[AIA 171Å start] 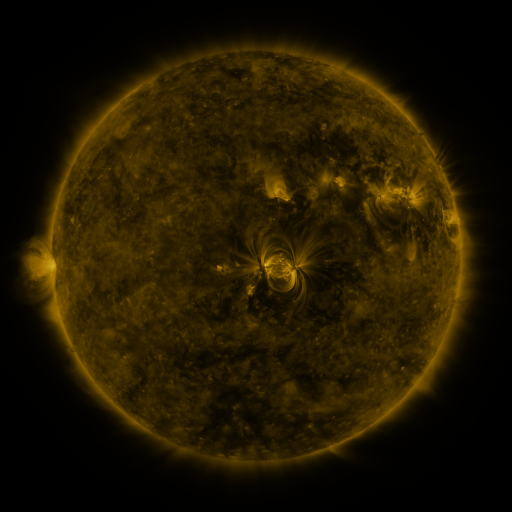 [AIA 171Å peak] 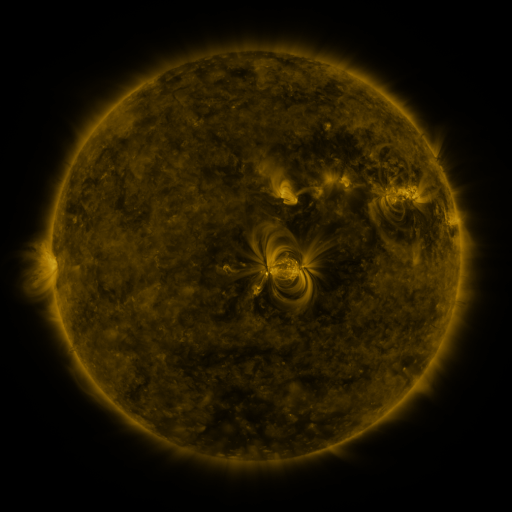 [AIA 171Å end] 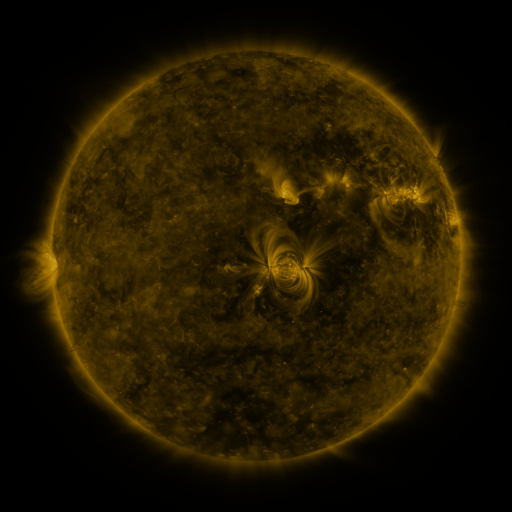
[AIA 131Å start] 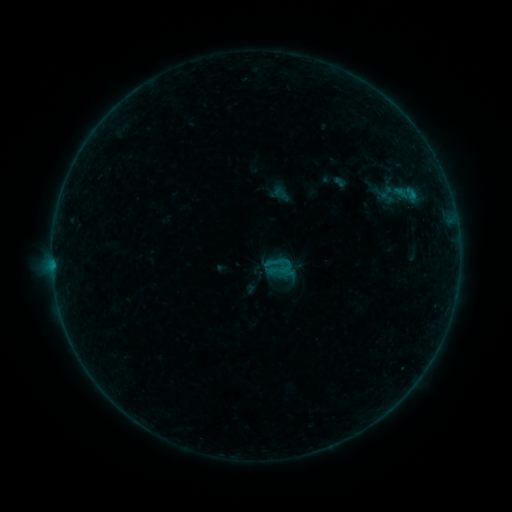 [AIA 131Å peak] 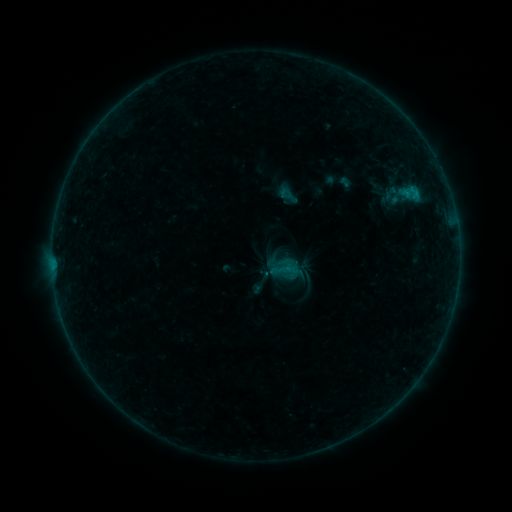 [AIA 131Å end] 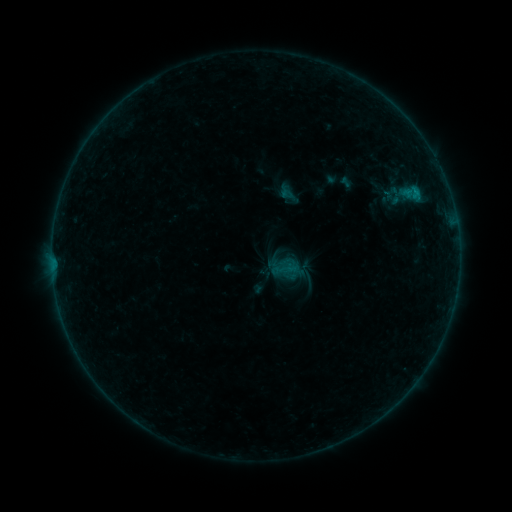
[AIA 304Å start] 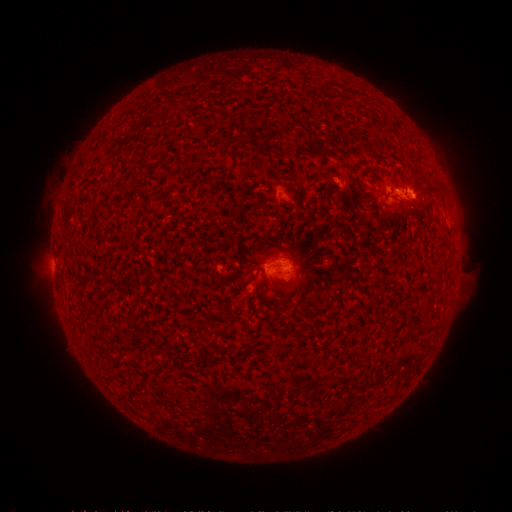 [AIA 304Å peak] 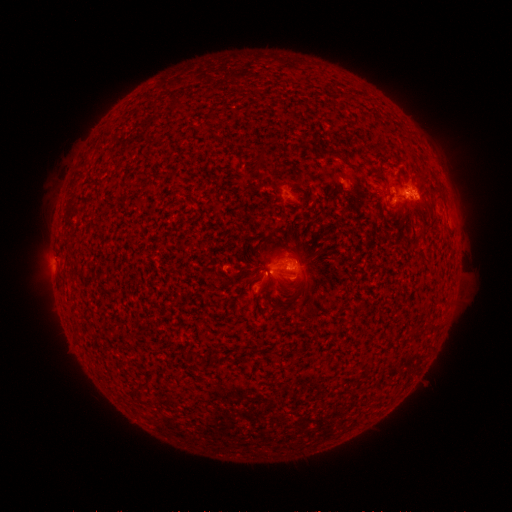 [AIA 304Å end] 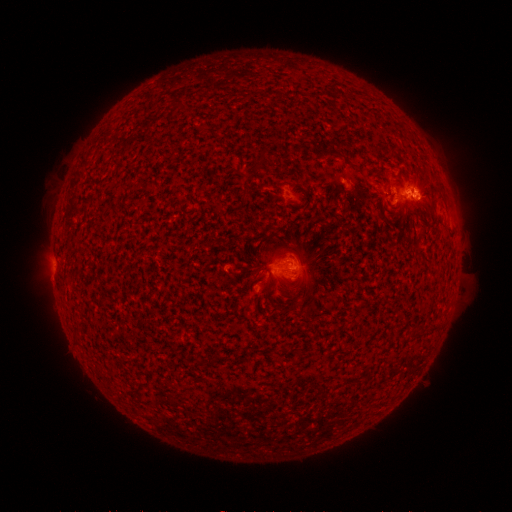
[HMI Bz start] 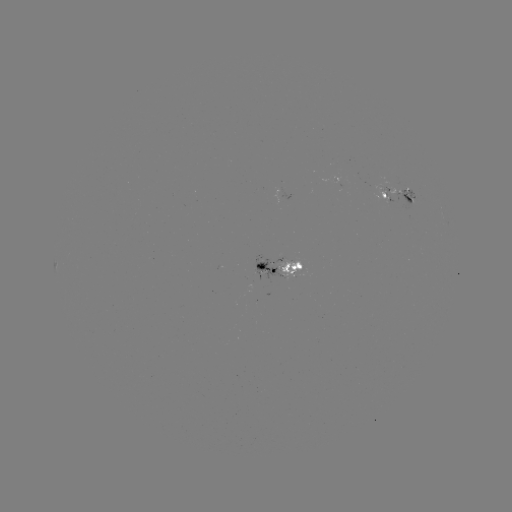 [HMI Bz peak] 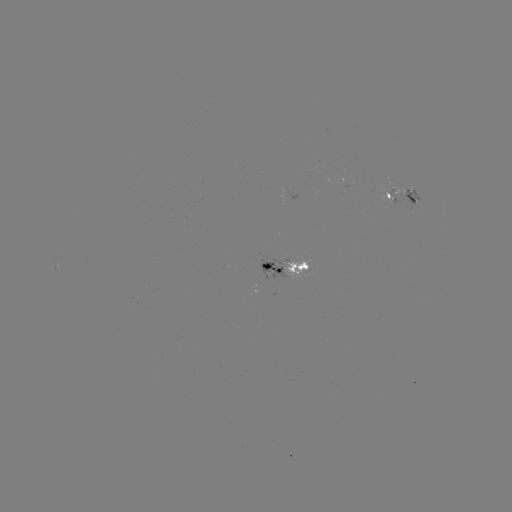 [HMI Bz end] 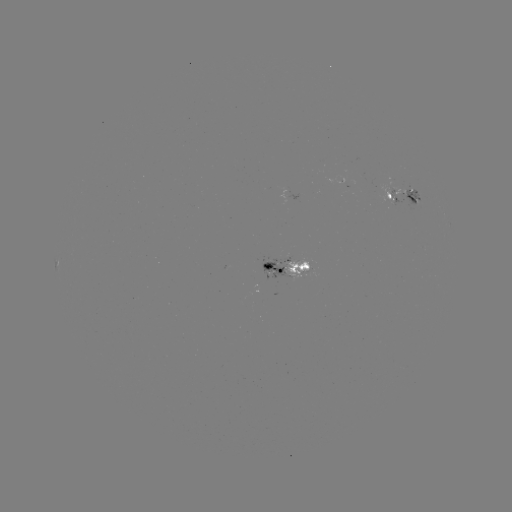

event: emerging-flux region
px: (269, 264)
